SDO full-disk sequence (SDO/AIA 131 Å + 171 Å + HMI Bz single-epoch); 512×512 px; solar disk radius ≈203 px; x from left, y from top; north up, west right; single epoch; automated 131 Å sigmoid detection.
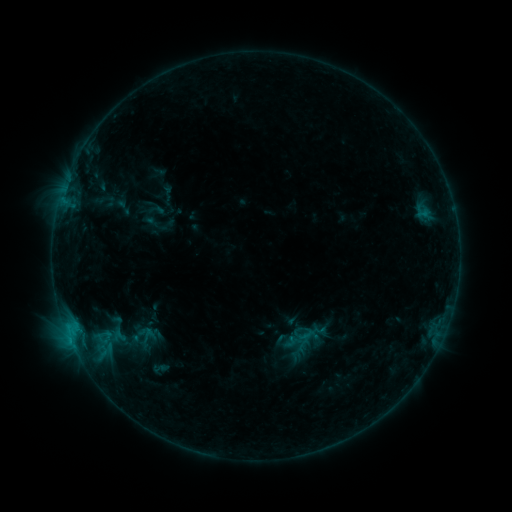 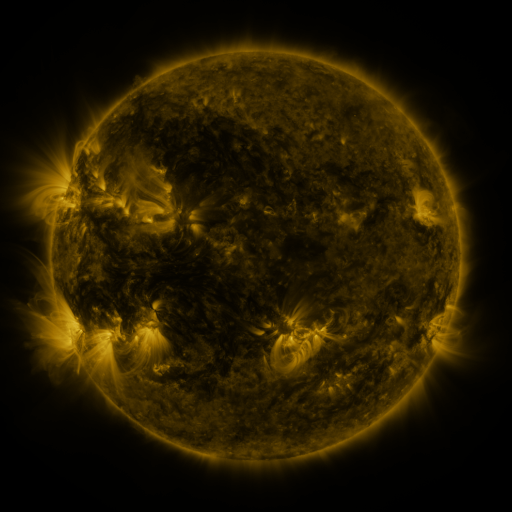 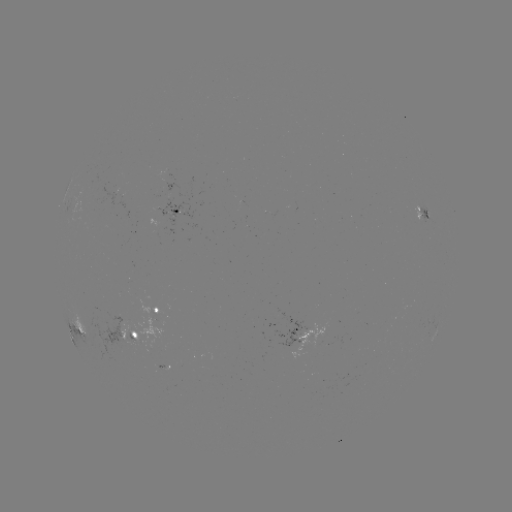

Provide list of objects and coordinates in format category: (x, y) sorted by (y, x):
sigmoid: (118, 333)
sigmoid: (159, 368)
